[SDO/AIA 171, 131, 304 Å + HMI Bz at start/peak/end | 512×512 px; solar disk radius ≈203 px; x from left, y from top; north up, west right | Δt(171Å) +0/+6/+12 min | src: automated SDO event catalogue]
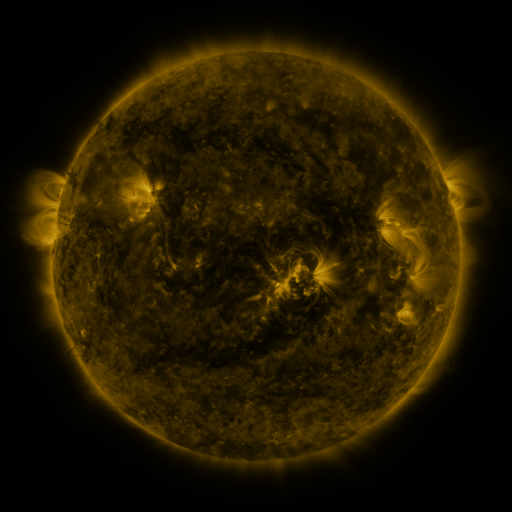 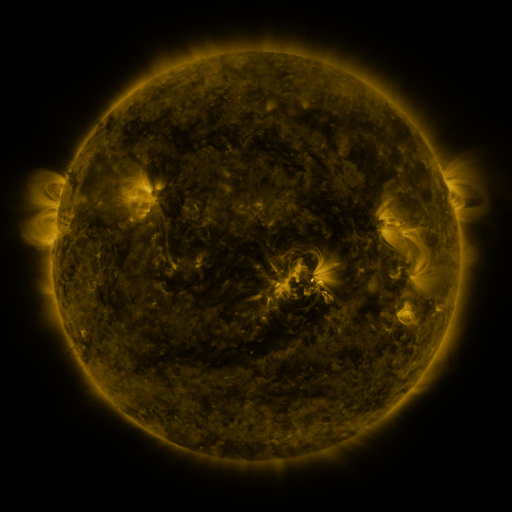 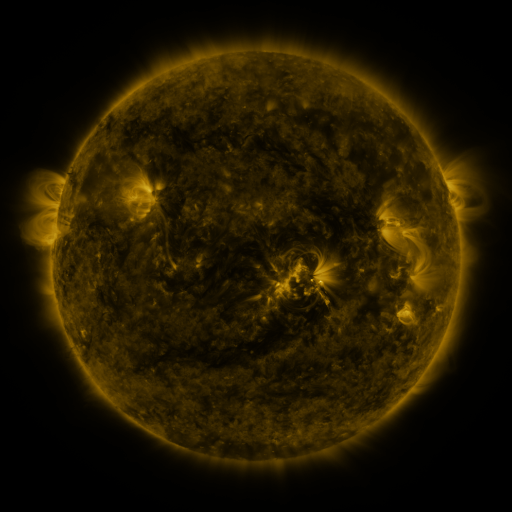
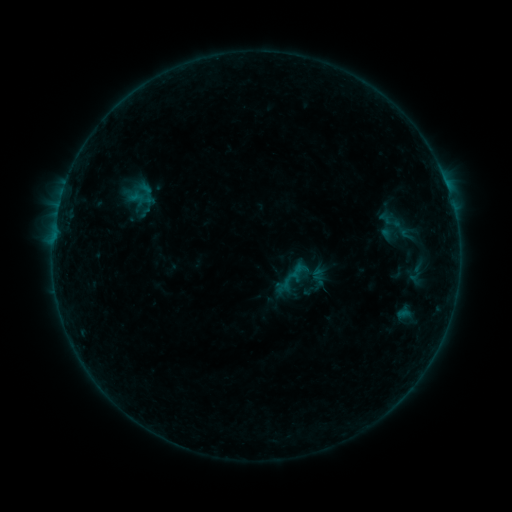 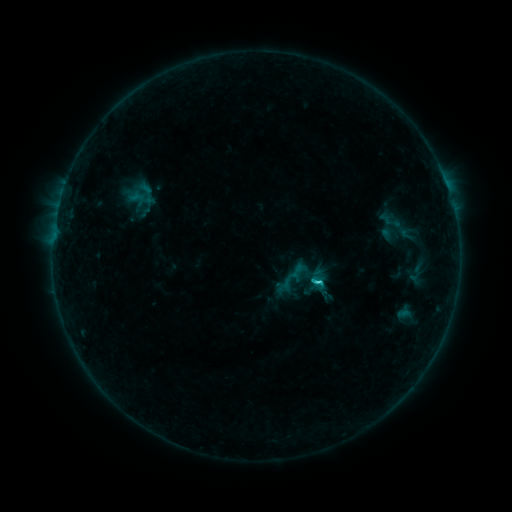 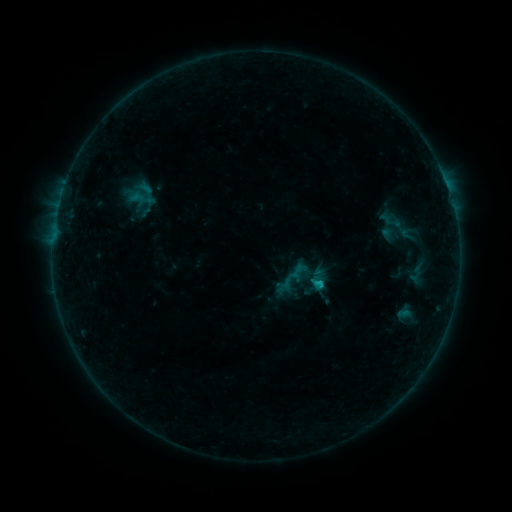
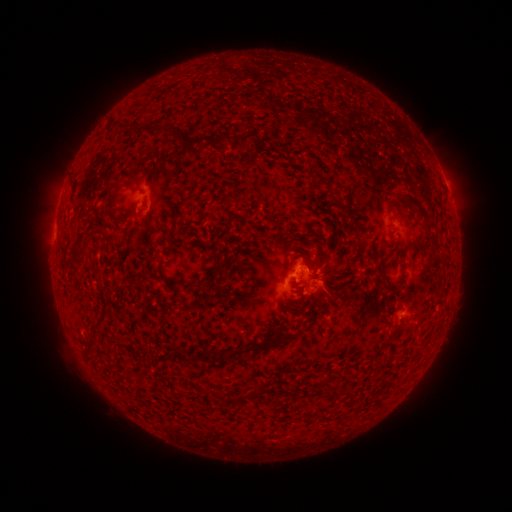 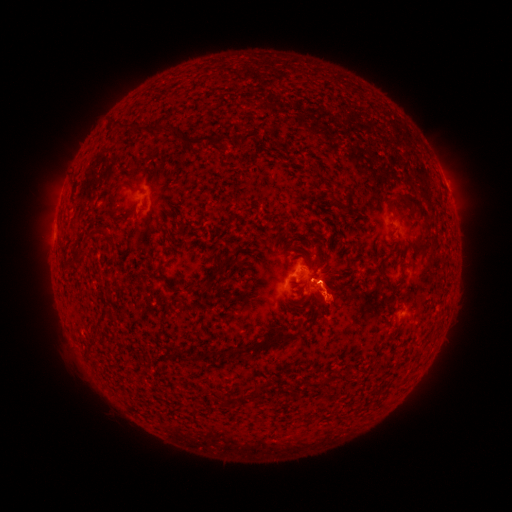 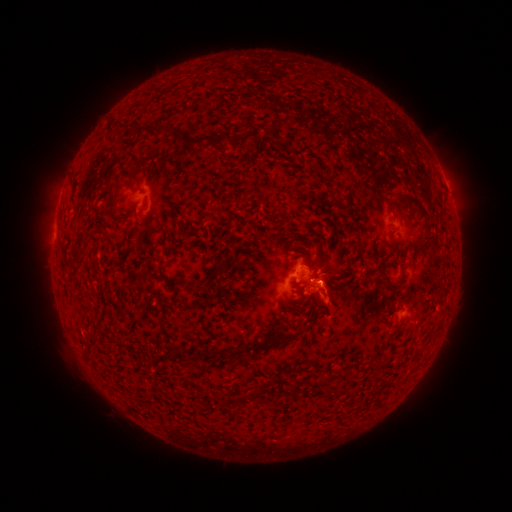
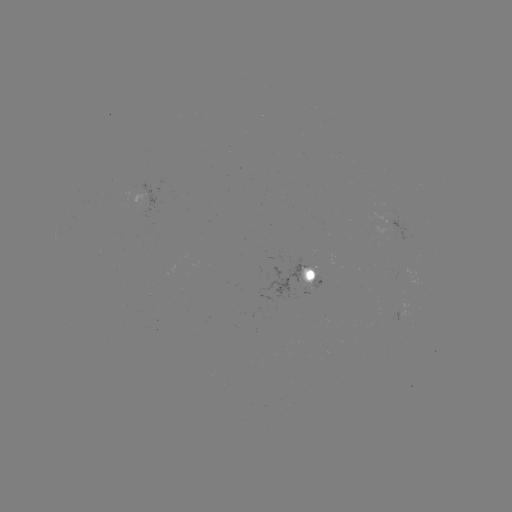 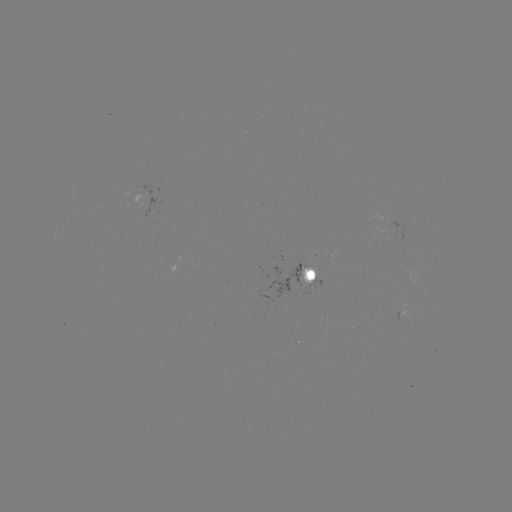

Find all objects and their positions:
eruption: (331, 302)
